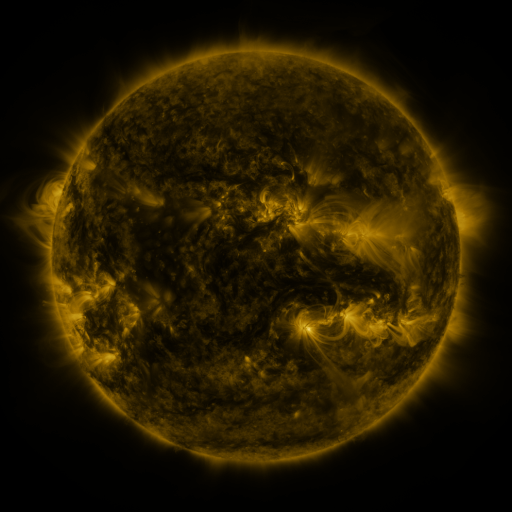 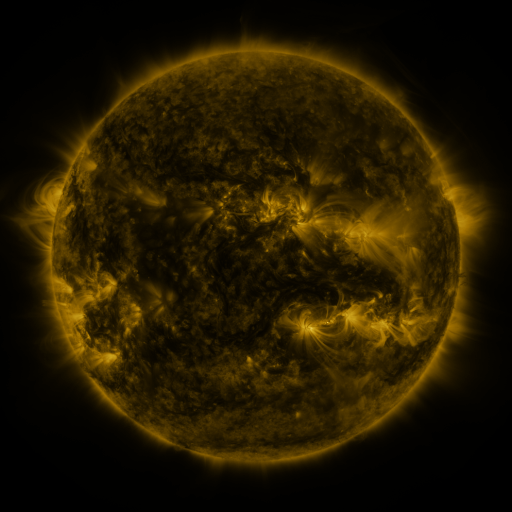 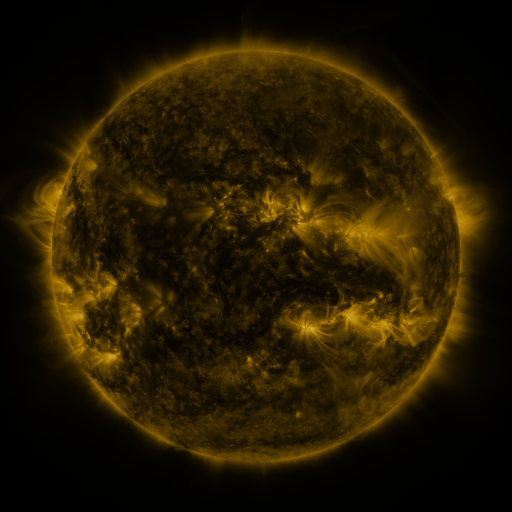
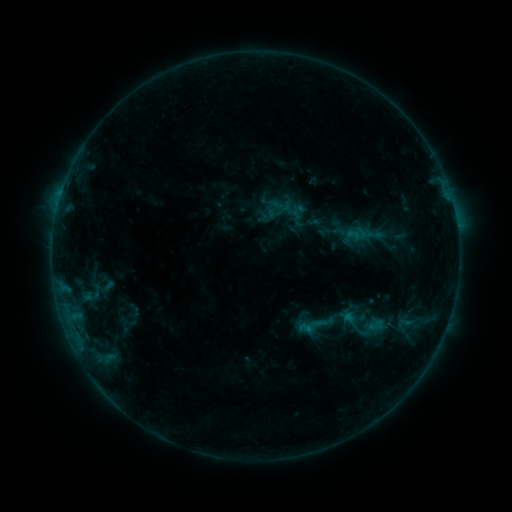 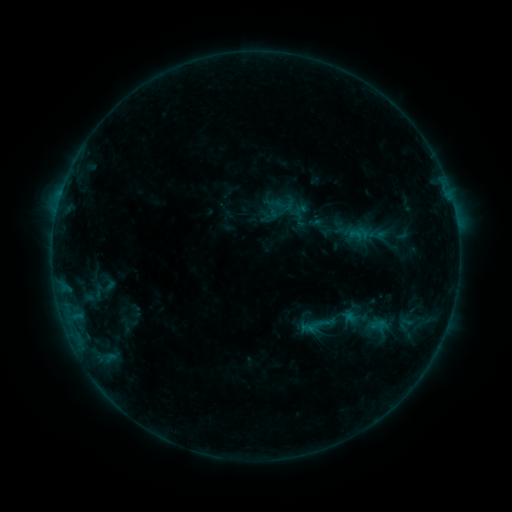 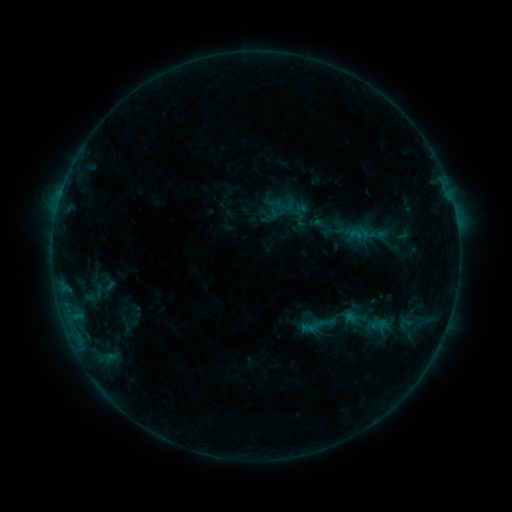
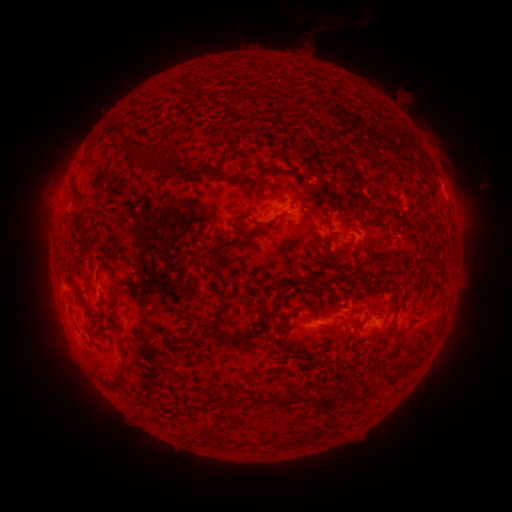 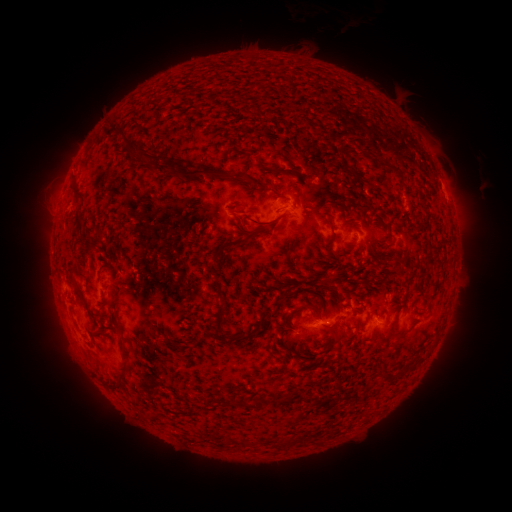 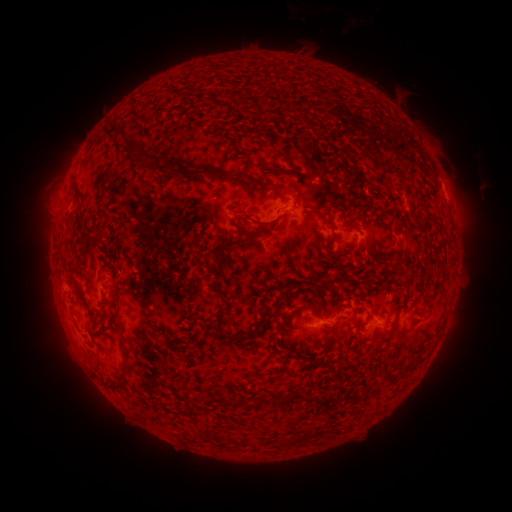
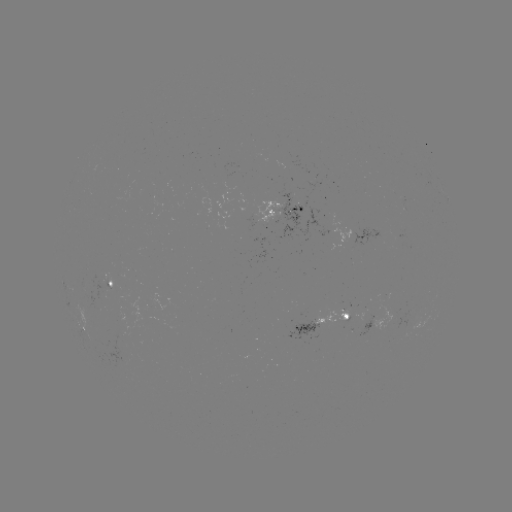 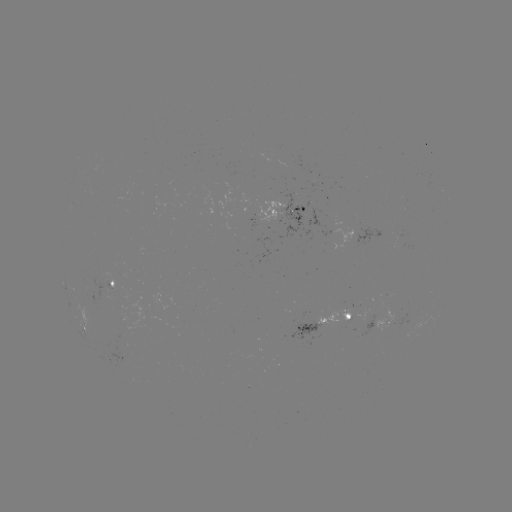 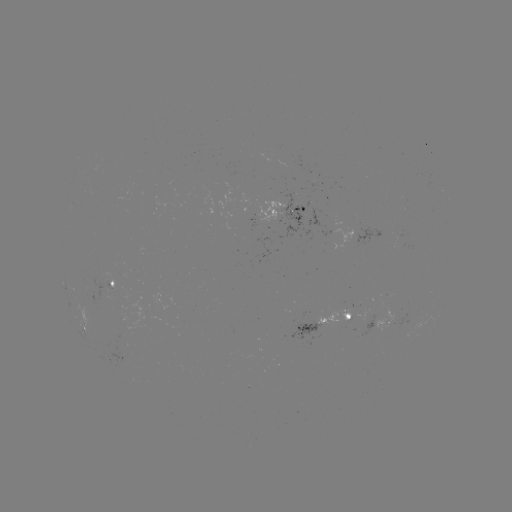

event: emerging-flux region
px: (256, 218)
